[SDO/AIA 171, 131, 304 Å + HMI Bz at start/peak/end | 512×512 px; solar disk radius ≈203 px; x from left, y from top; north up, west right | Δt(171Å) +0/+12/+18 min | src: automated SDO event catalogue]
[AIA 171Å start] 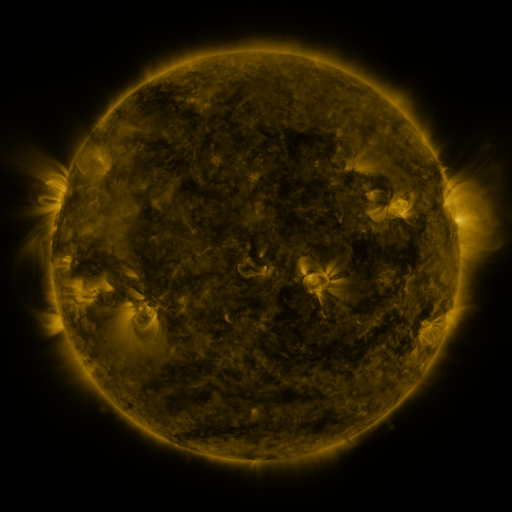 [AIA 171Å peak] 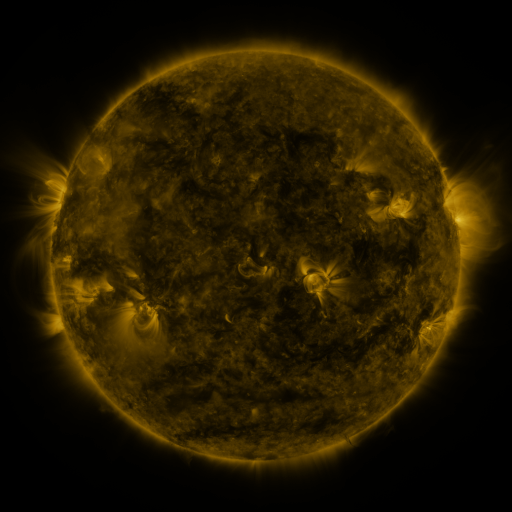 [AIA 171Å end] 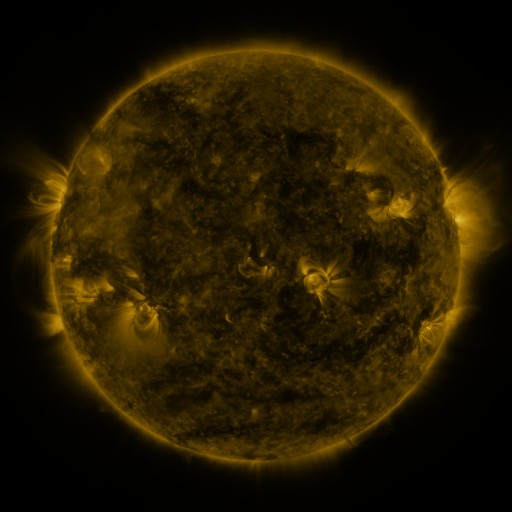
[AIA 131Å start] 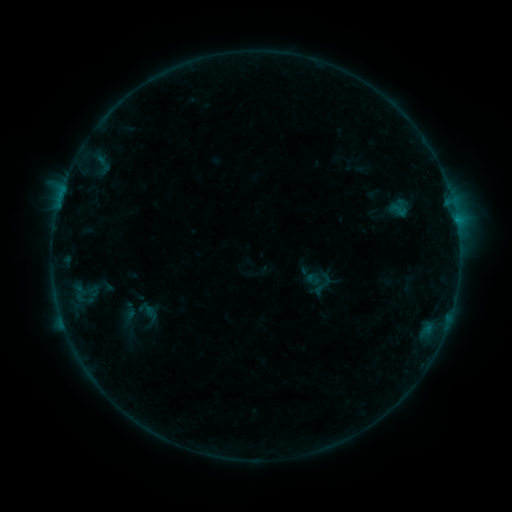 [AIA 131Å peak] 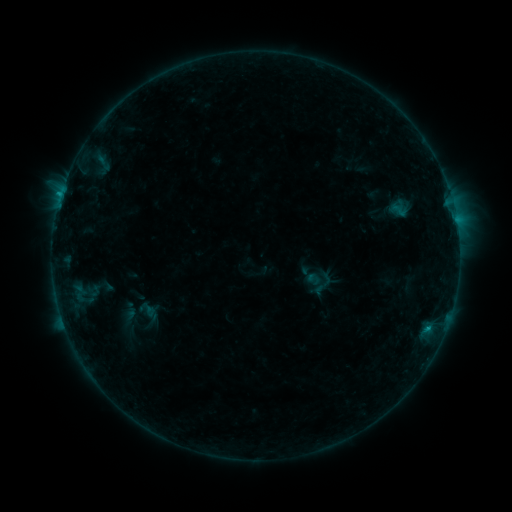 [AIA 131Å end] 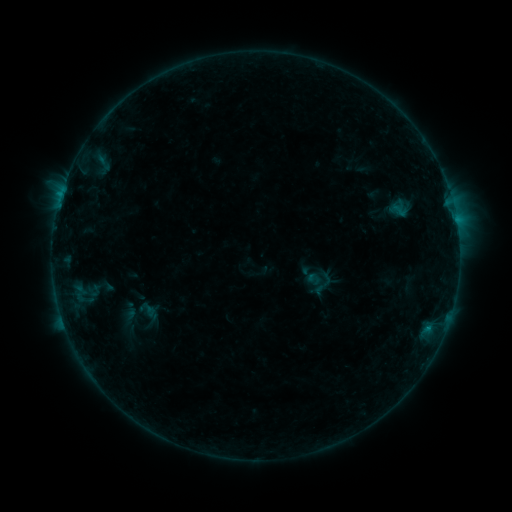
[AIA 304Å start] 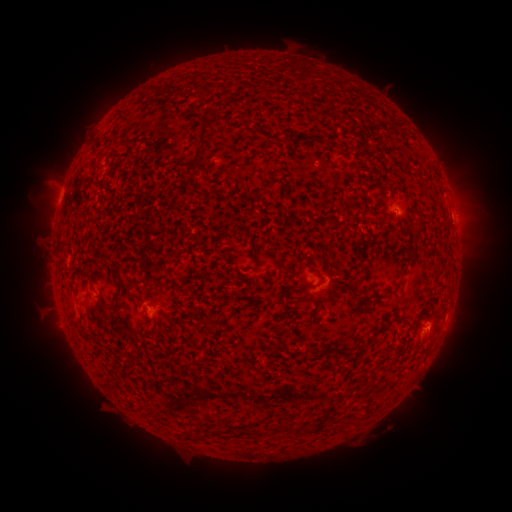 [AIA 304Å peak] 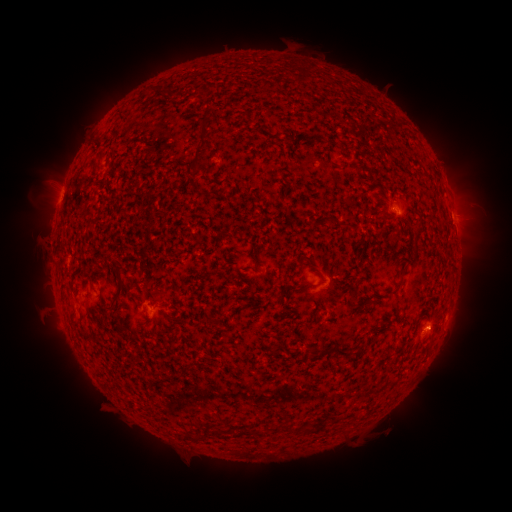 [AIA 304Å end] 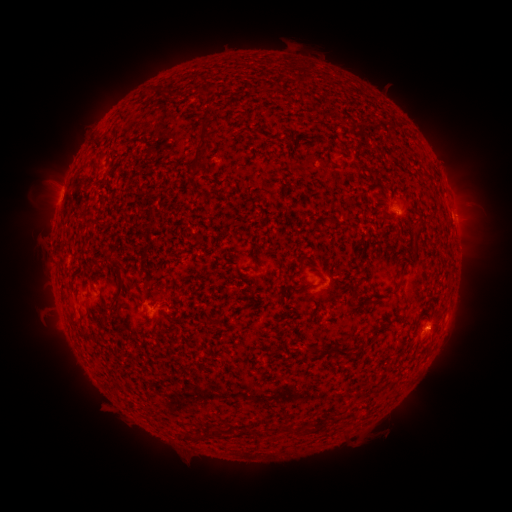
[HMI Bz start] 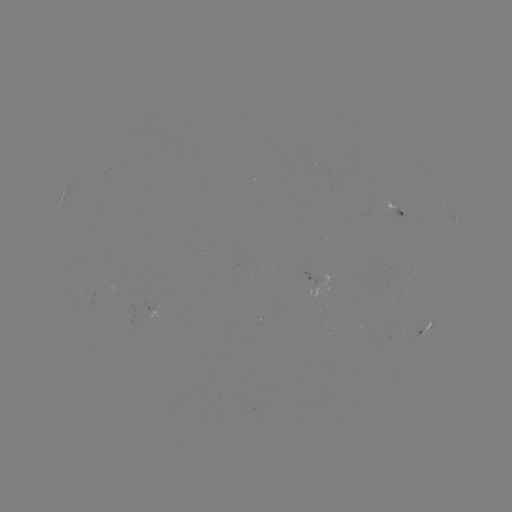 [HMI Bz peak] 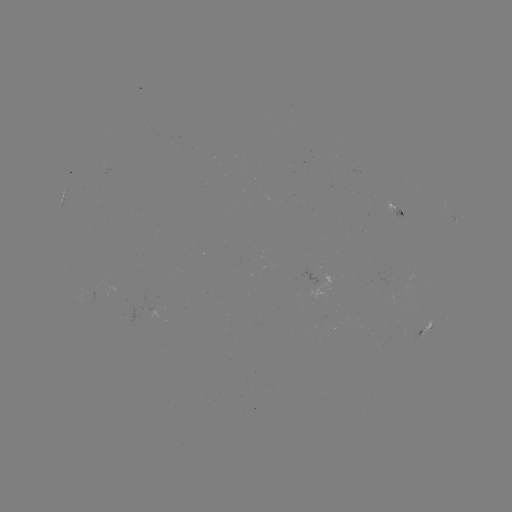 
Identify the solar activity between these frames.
B6.8 flare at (62, 195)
